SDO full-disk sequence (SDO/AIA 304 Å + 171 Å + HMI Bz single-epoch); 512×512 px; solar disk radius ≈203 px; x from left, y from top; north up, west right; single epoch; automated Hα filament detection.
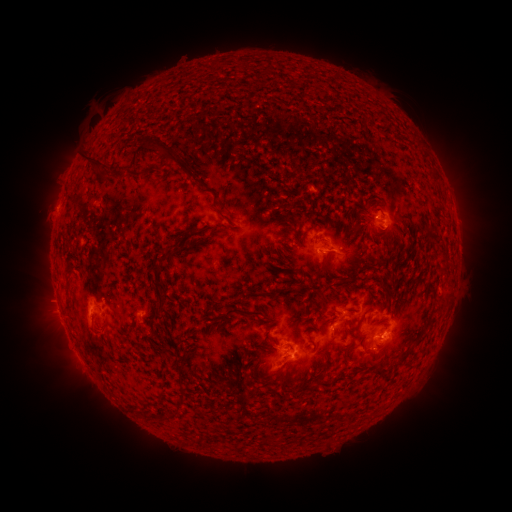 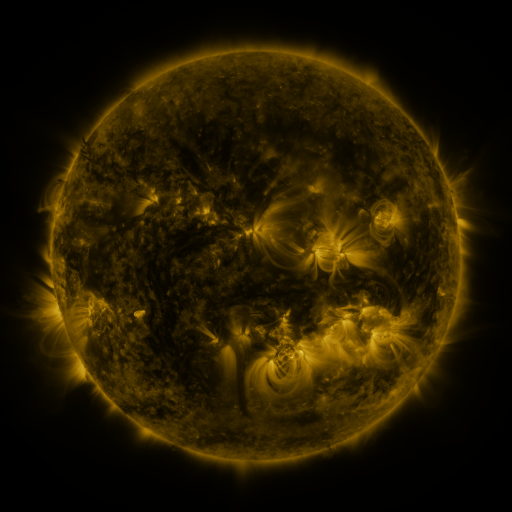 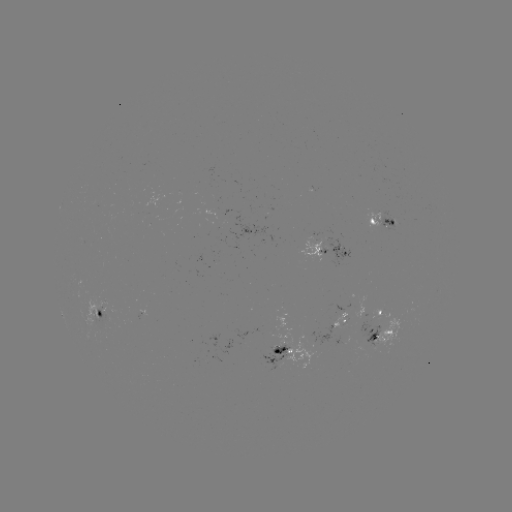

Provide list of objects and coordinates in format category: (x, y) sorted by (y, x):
filament: (161, 148)
filament: (97, 163)
filament: (138, 174)
filament: (226, 217)
filament: (166, 257)
filament: (68, 269)
filament: (322, 299)
filament: (68, 301)
filament: (158, 310)
filament: (242, 312)
filament: (373, 352)
filament: (401, 359)
filament: (277, 372)
filament: (179, 401)
filament: (144, 414)
